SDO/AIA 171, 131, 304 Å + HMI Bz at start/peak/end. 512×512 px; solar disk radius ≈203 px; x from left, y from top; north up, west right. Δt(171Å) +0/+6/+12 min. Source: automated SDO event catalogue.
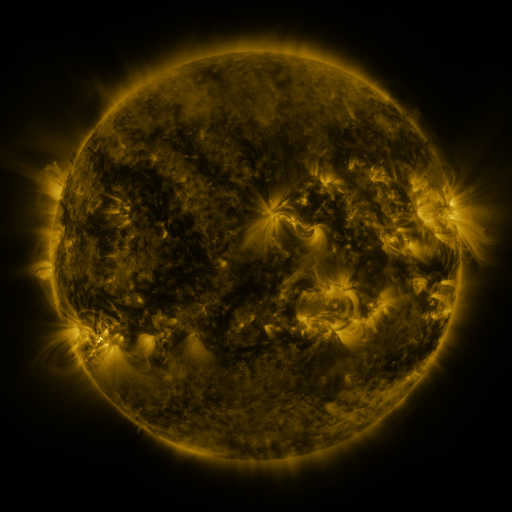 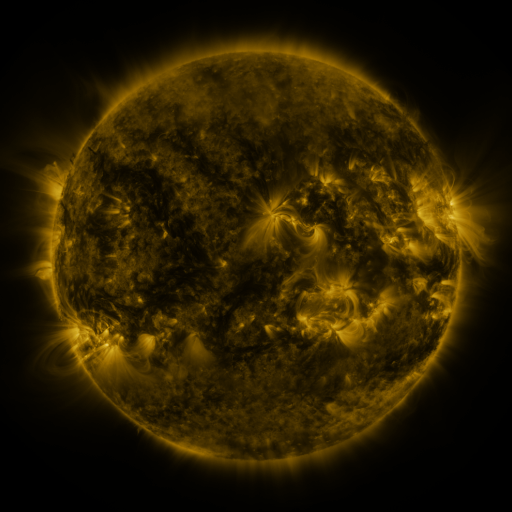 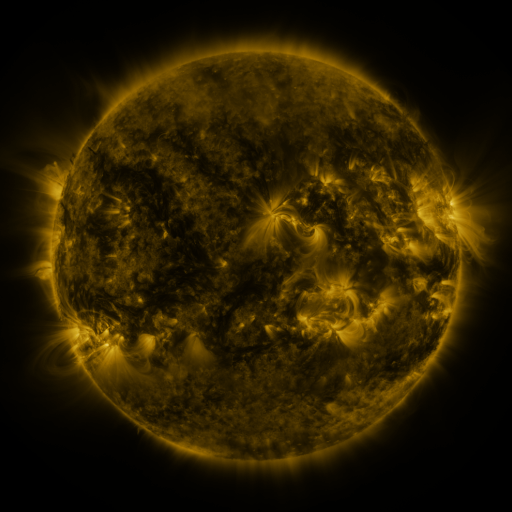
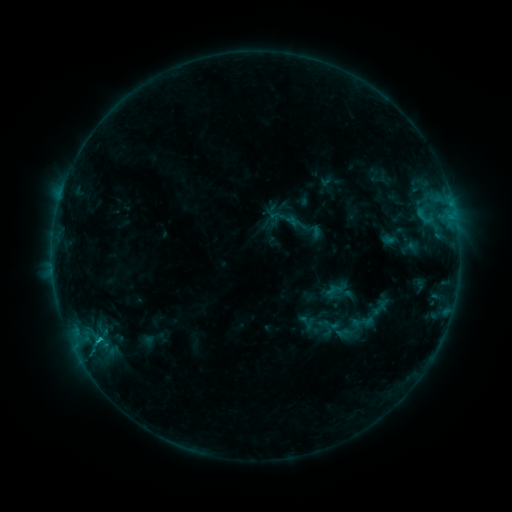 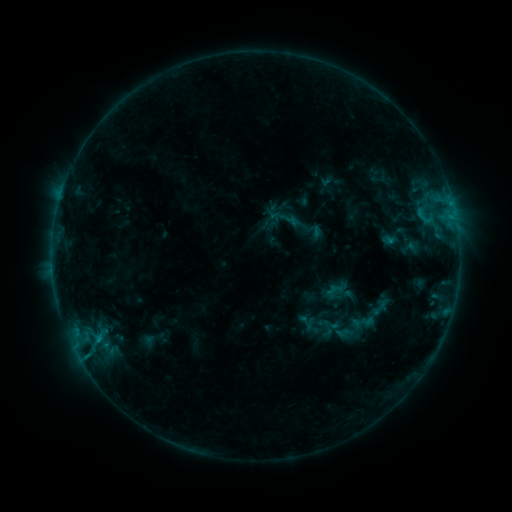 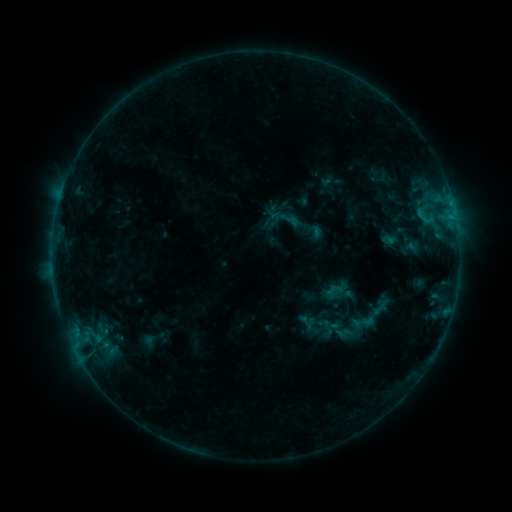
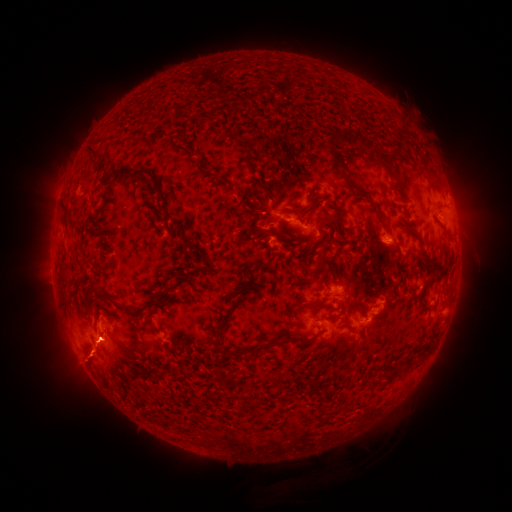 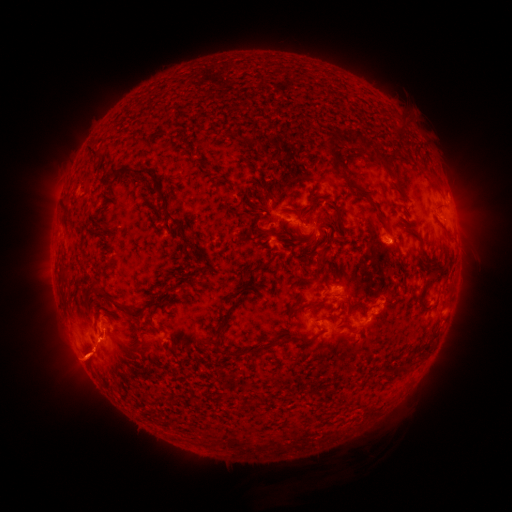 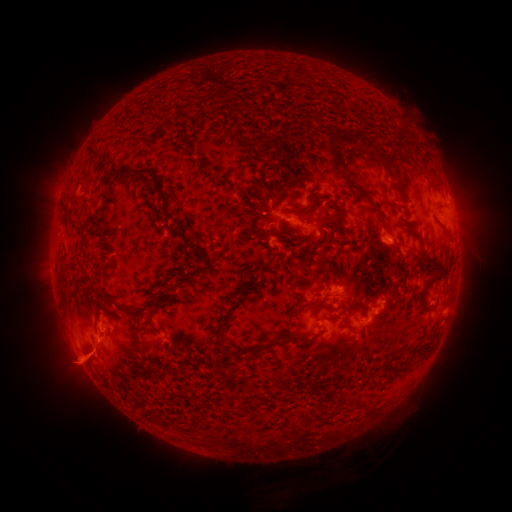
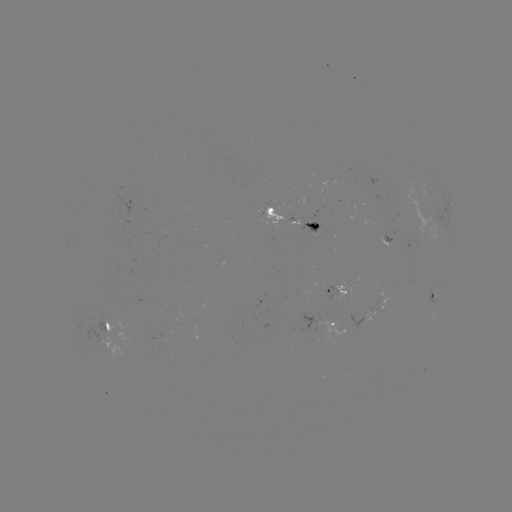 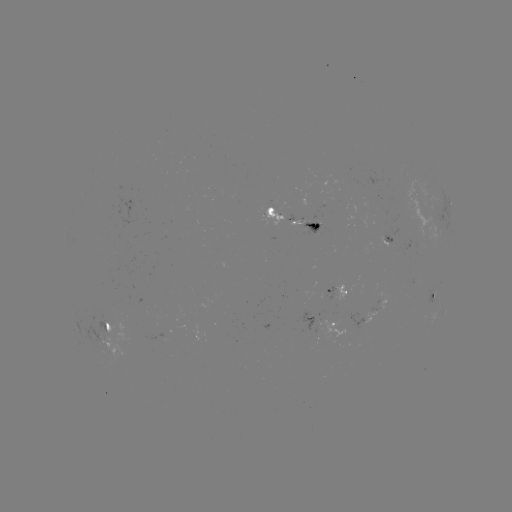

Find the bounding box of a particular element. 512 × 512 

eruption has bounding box [54, 321, 123, 388].